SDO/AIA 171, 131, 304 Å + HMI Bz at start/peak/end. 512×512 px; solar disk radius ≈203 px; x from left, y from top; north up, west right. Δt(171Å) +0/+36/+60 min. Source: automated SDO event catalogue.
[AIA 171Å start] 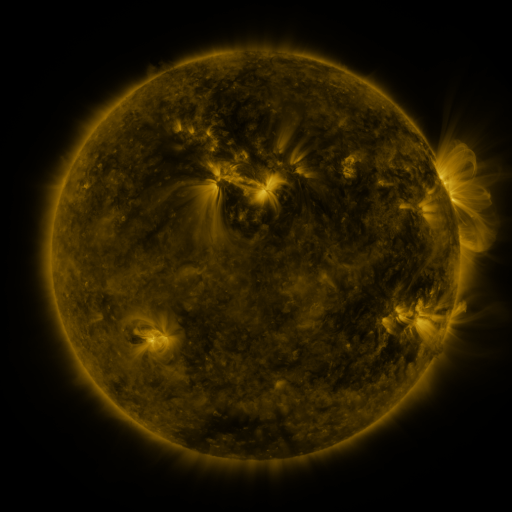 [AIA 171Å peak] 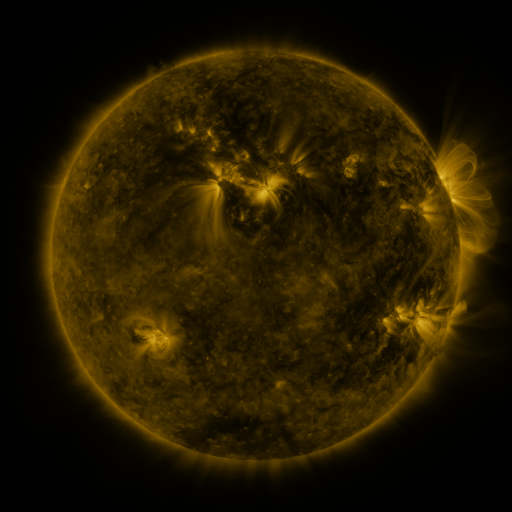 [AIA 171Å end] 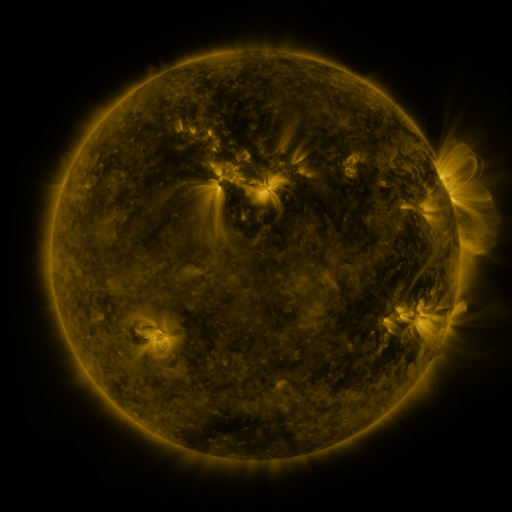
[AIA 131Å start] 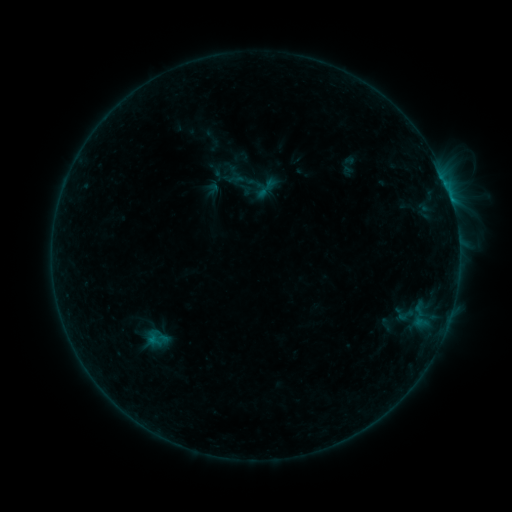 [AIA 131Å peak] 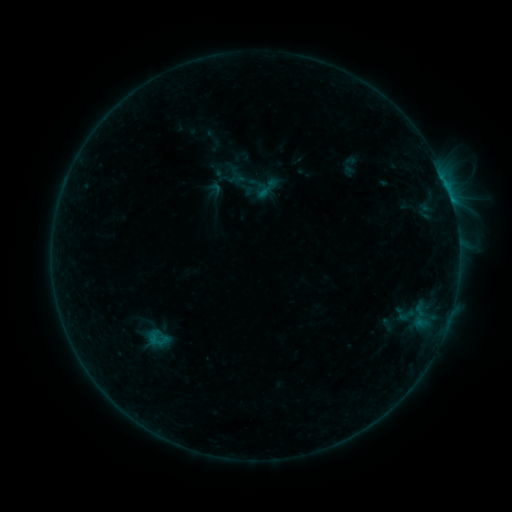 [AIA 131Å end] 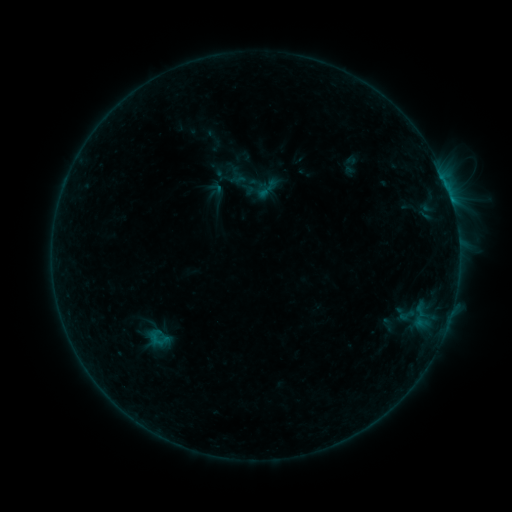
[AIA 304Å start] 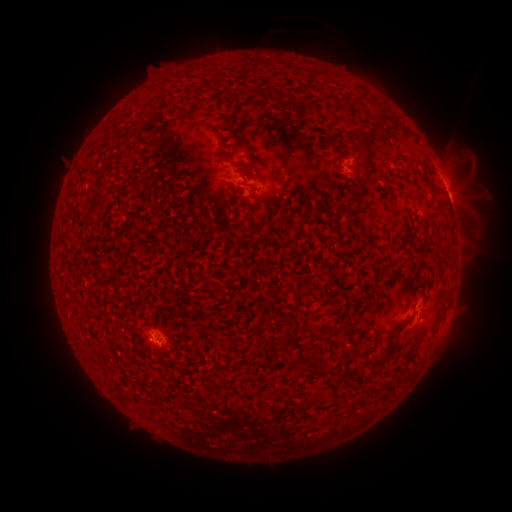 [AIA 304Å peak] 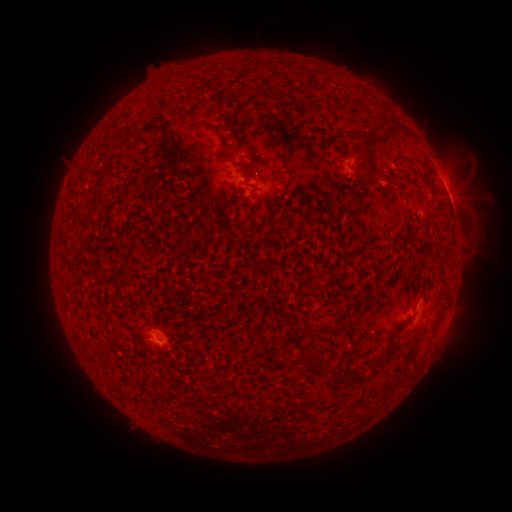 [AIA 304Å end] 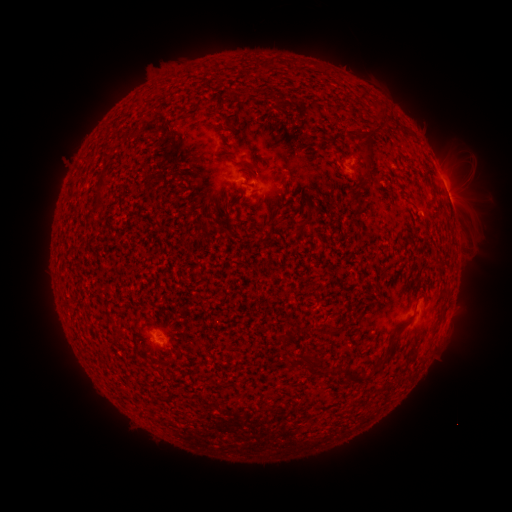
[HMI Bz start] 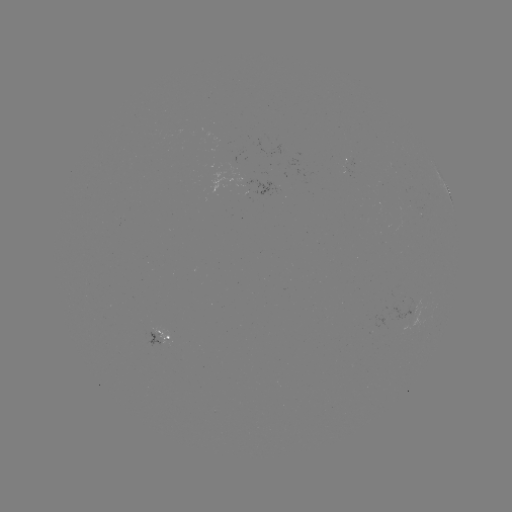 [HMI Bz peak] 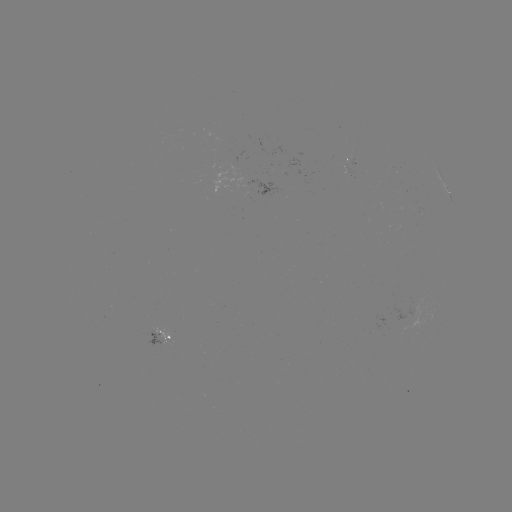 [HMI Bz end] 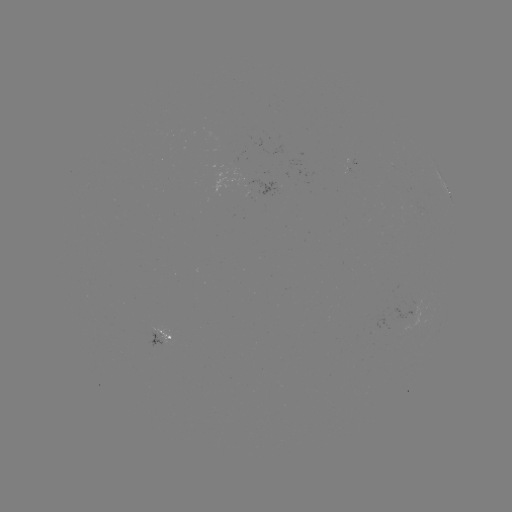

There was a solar emerging-flux region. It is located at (155, 335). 